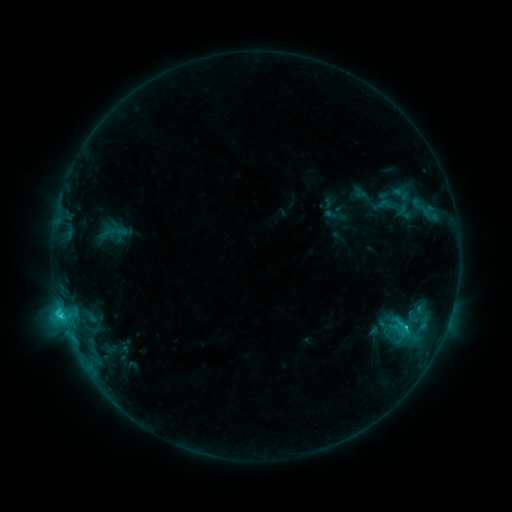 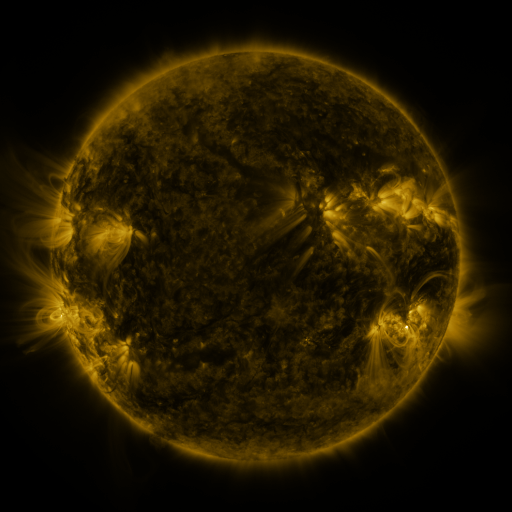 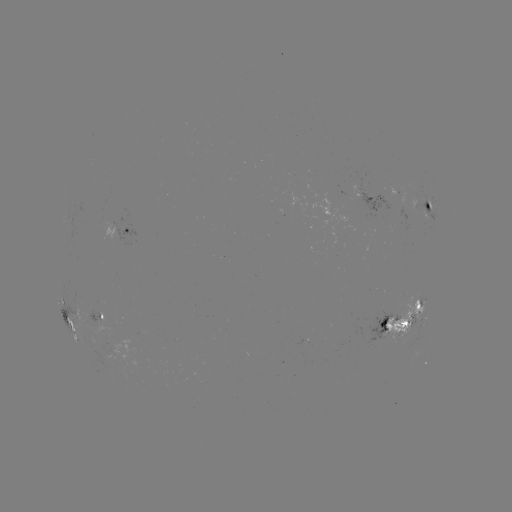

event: sigmoid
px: (401, 327)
